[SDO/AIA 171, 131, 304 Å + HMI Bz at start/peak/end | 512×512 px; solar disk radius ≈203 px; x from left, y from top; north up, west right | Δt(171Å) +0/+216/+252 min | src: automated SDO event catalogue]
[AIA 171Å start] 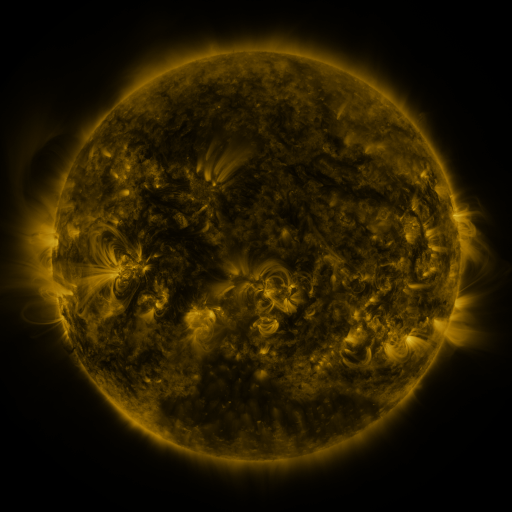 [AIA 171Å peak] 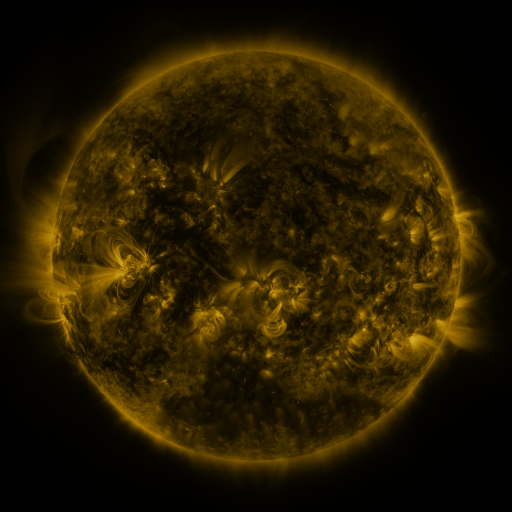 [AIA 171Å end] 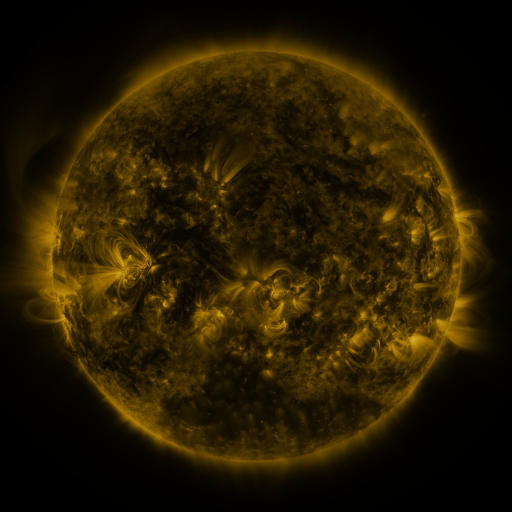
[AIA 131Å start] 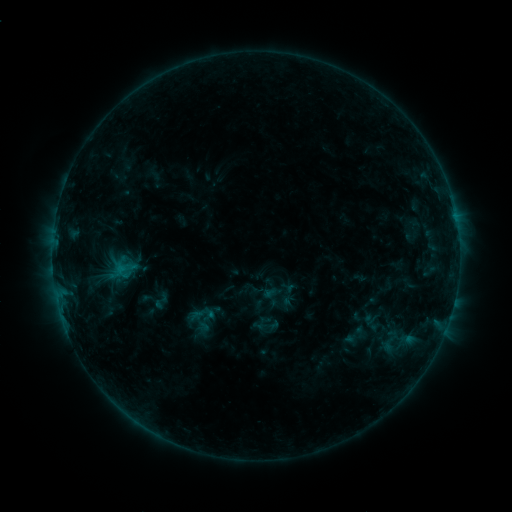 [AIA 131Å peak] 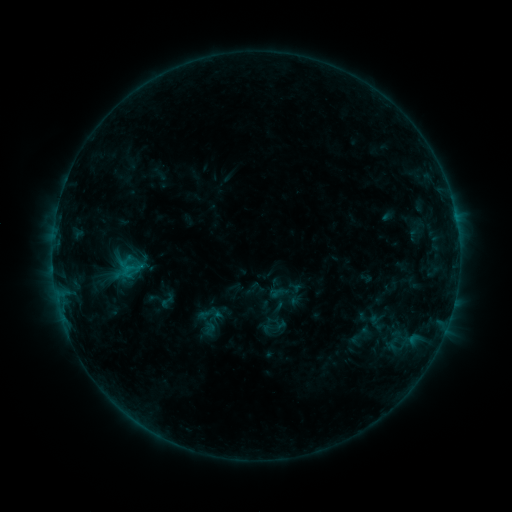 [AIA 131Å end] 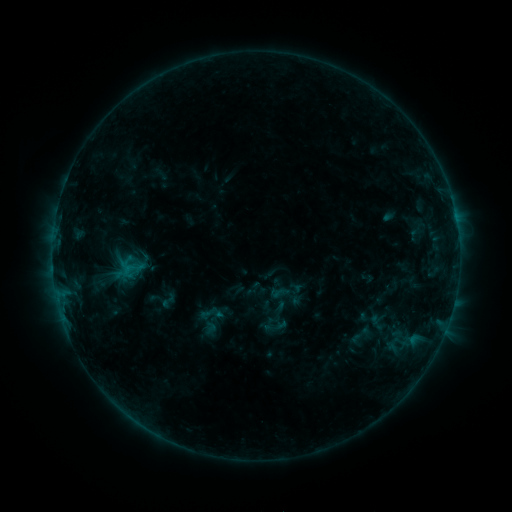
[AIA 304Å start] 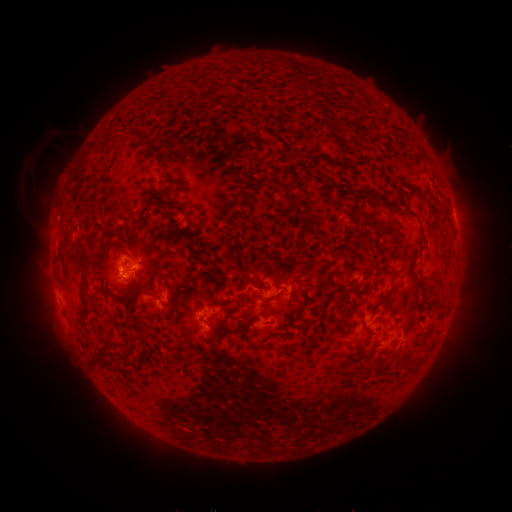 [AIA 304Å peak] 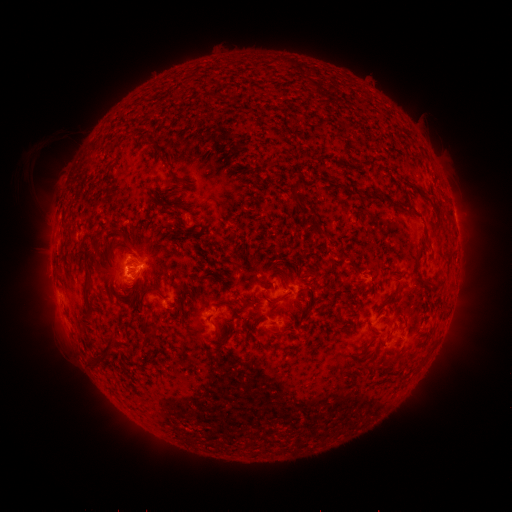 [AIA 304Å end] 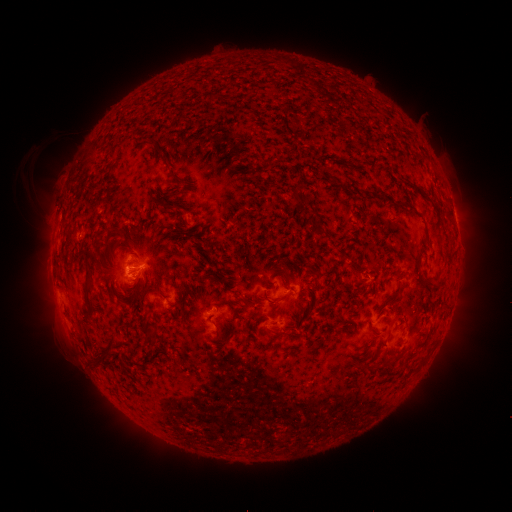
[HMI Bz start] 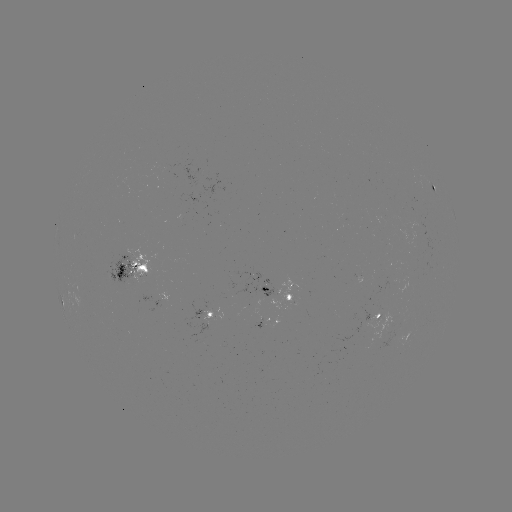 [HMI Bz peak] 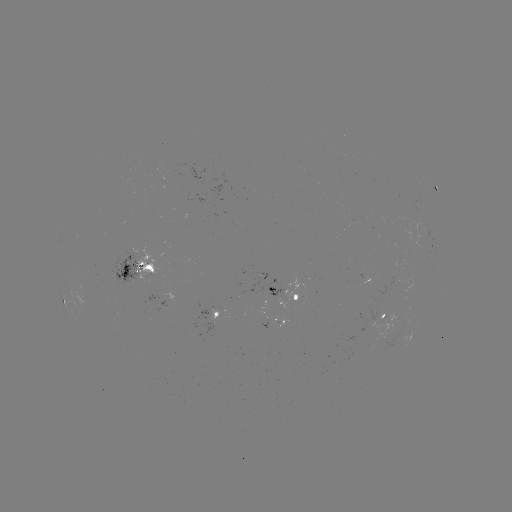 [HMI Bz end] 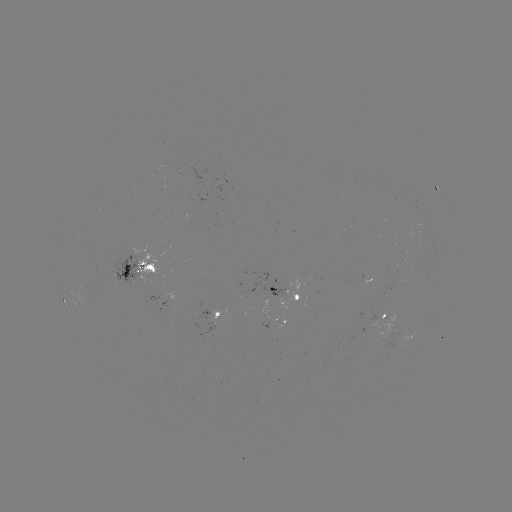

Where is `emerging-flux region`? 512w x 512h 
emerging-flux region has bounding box [276, 317, 287, 329].